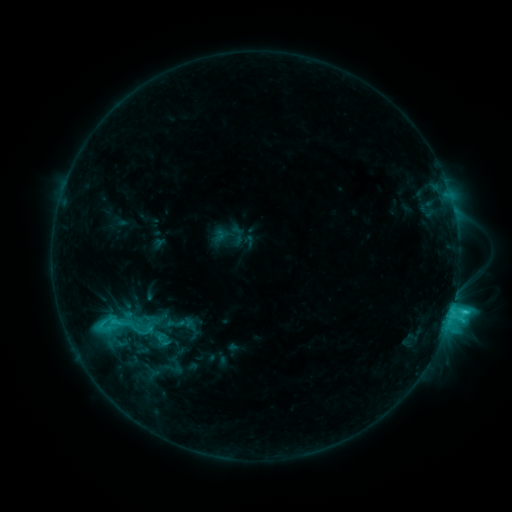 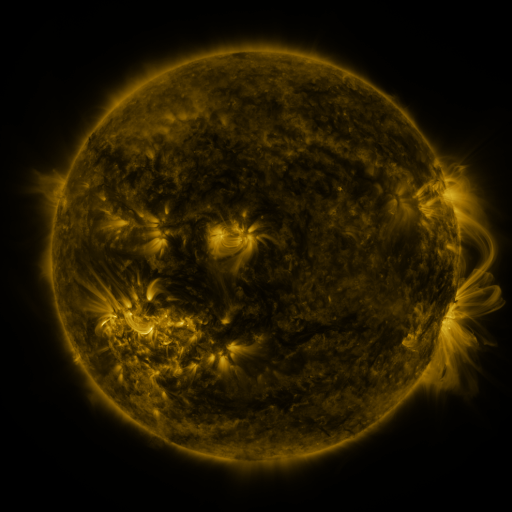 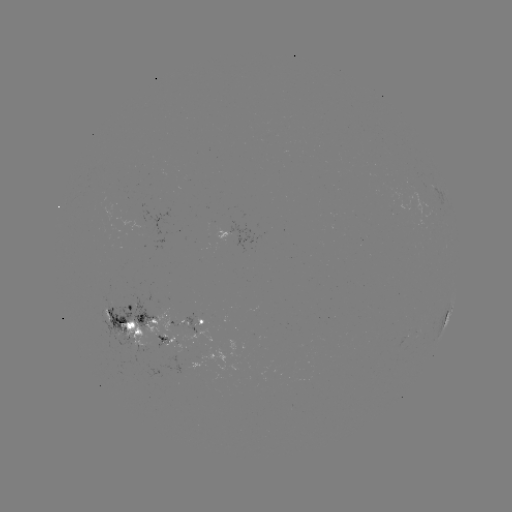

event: sigmoid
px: (104, 324)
